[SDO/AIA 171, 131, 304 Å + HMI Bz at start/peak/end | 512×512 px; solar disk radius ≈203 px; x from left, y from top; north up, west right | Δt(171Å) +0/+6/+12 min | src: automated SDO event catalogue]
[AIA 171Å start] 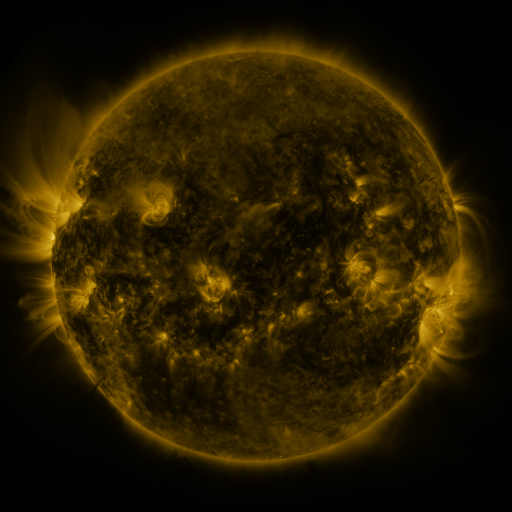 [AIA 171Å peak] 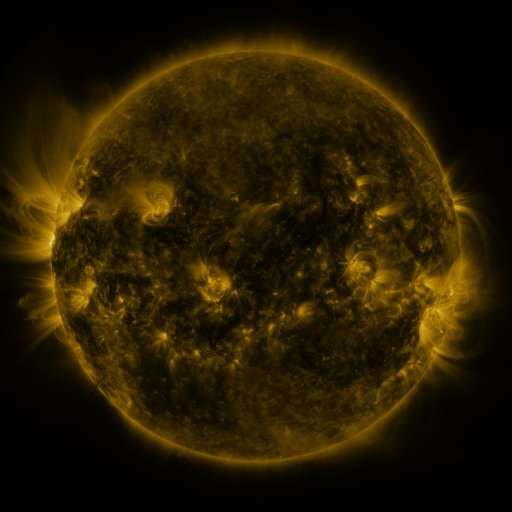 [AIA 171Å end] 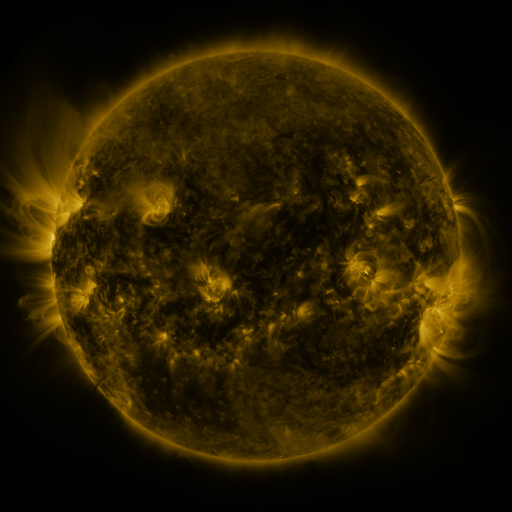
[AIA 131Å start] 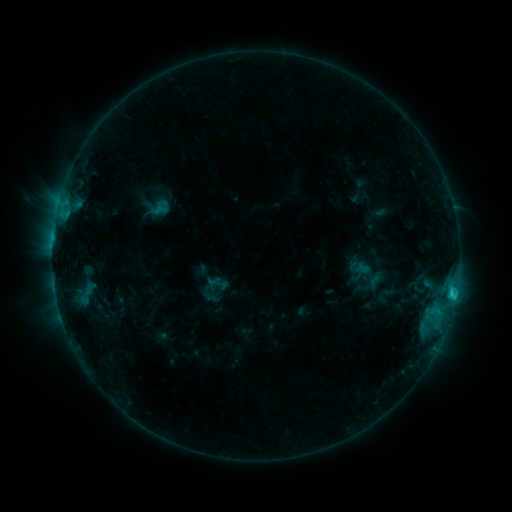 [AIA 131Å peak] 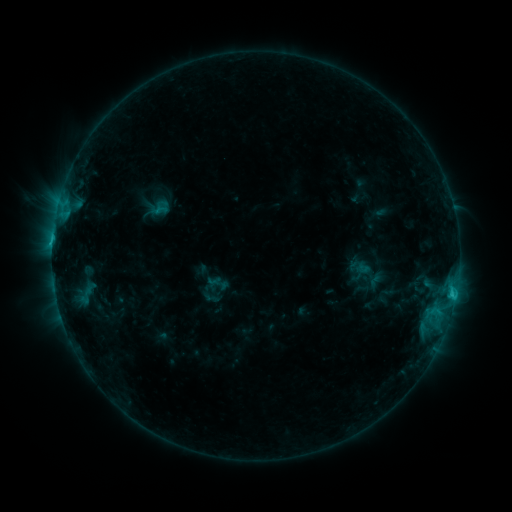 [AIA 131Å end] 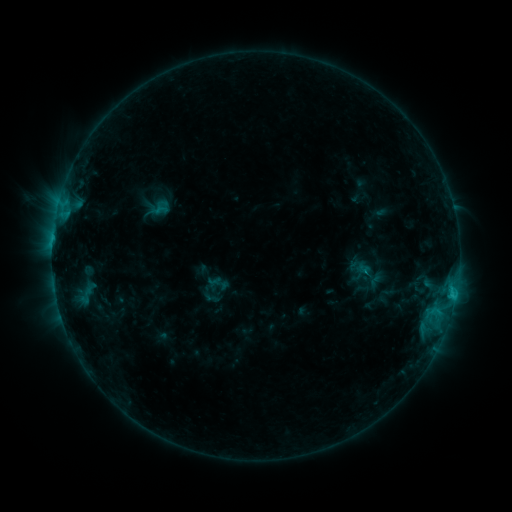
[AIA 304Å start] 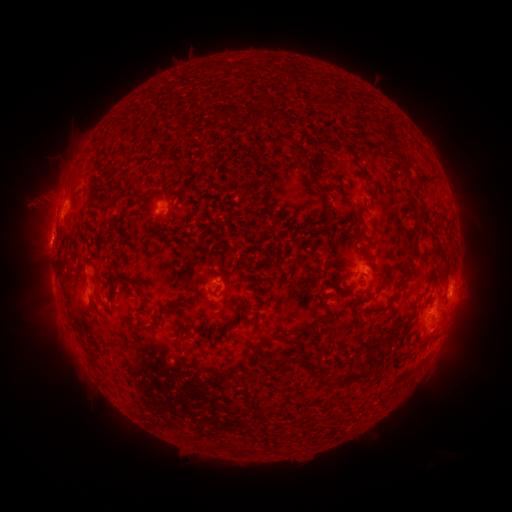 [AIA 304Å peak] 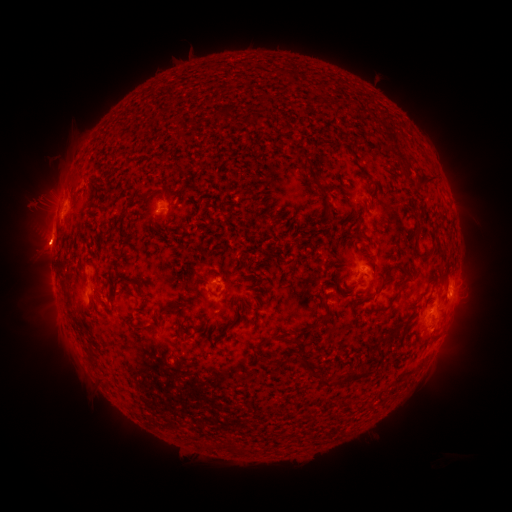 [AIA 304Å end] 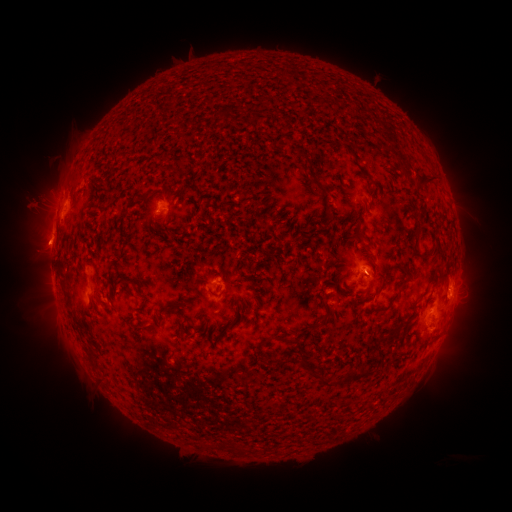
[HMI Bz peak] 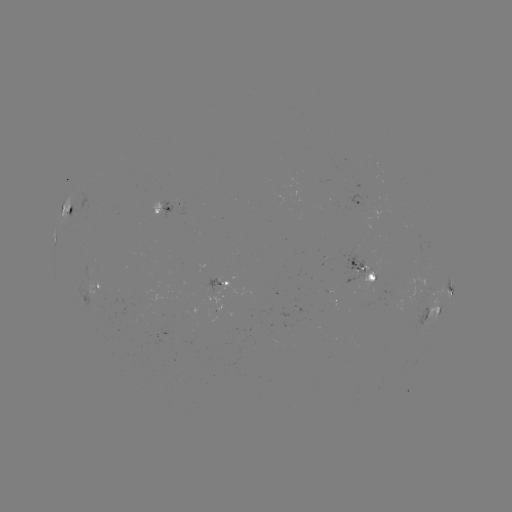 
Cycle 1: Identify eruption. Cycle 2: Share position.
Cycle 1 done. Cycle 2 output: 45,246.